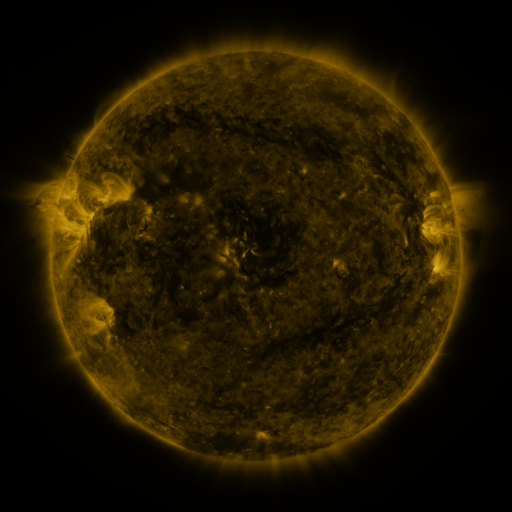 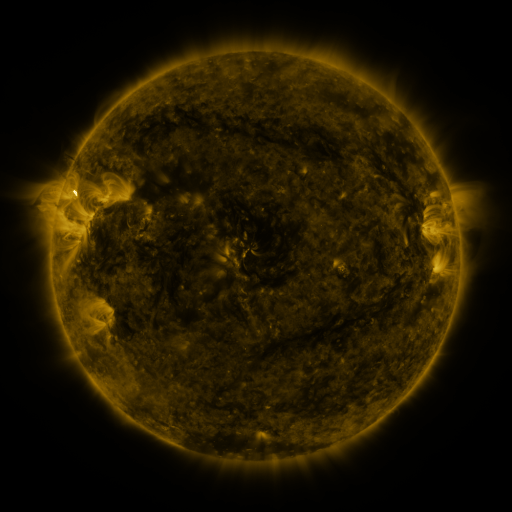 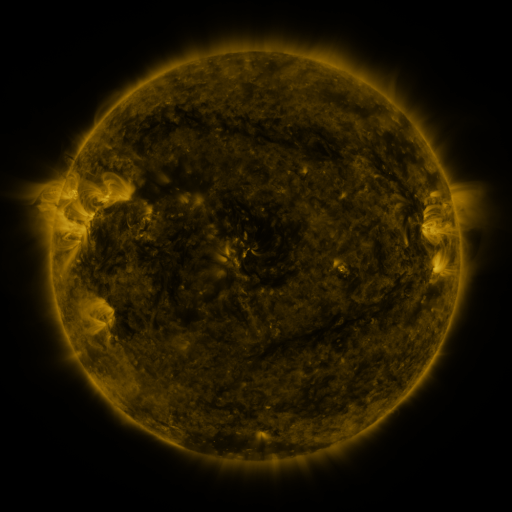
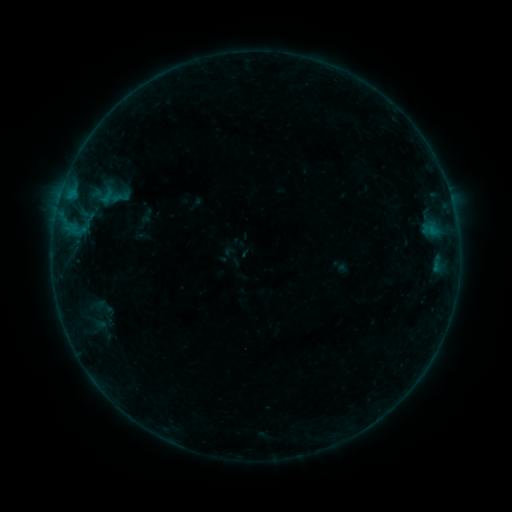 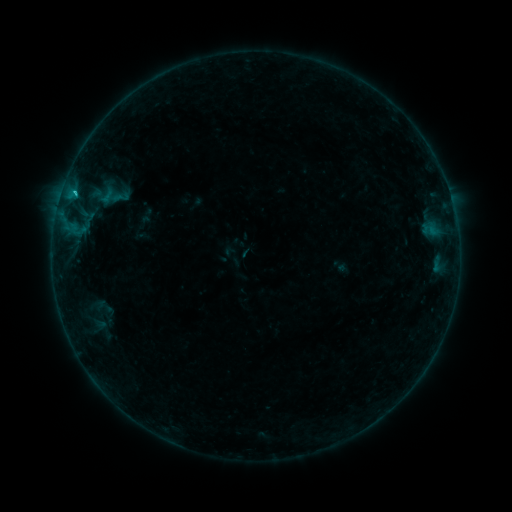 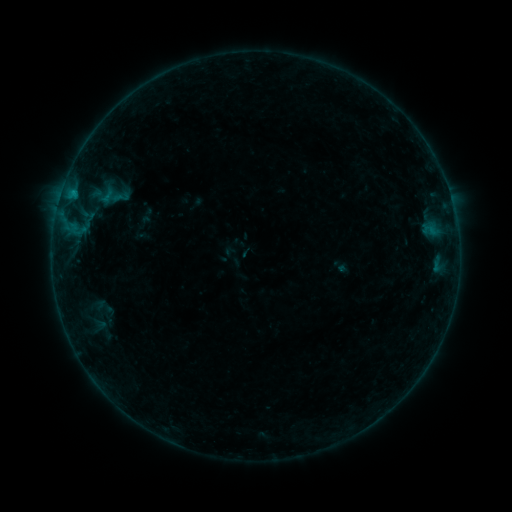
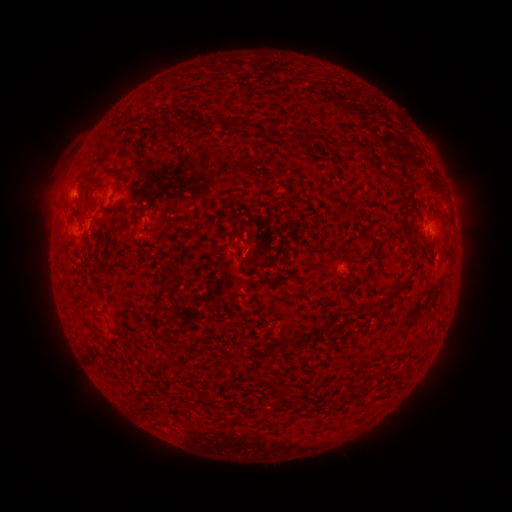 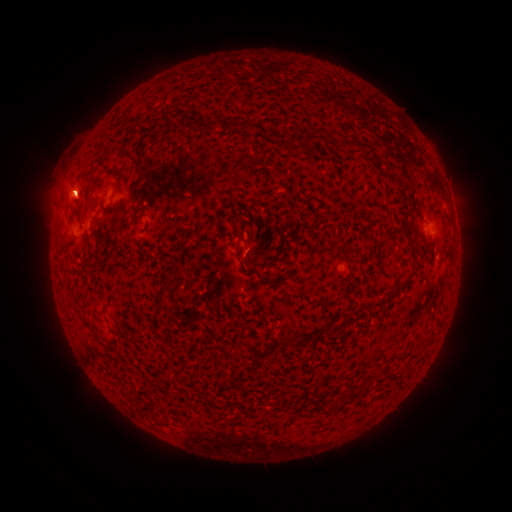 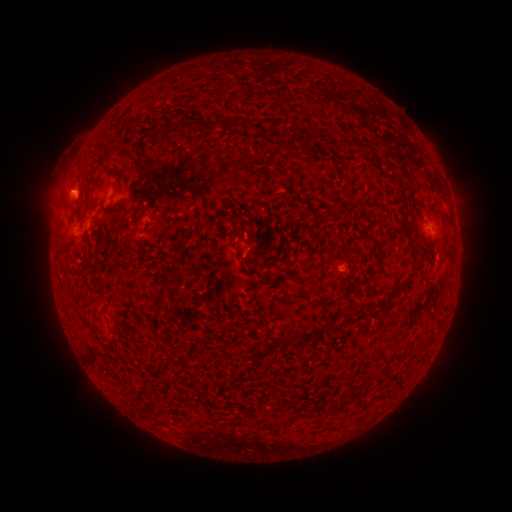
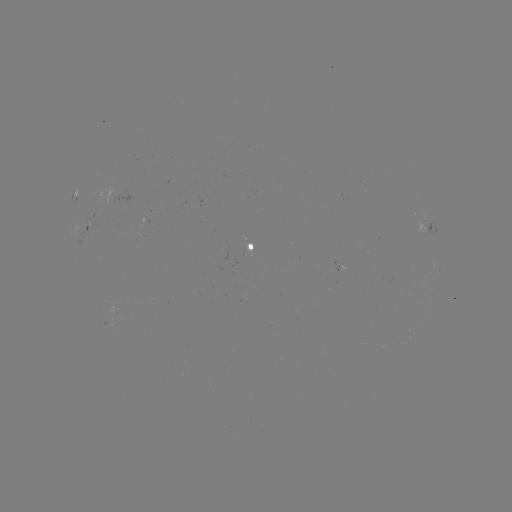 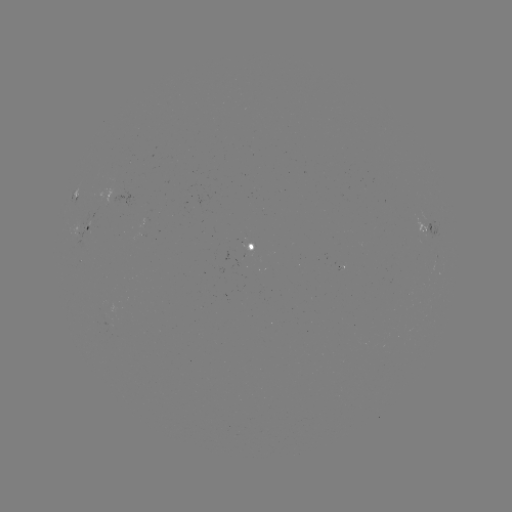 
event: flare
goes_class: B4.9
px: (75, 193)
